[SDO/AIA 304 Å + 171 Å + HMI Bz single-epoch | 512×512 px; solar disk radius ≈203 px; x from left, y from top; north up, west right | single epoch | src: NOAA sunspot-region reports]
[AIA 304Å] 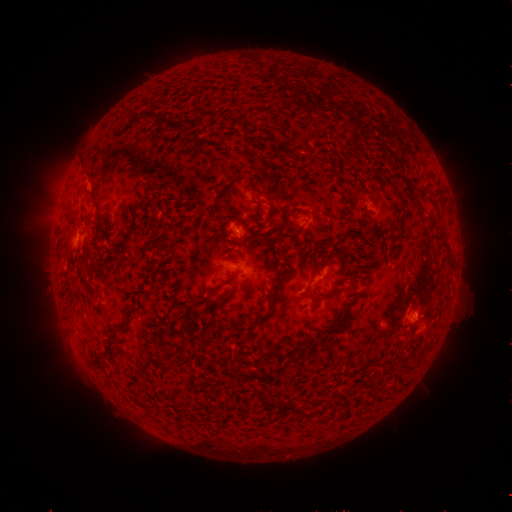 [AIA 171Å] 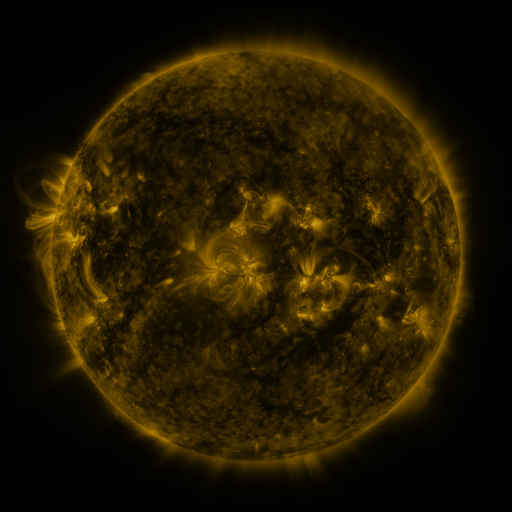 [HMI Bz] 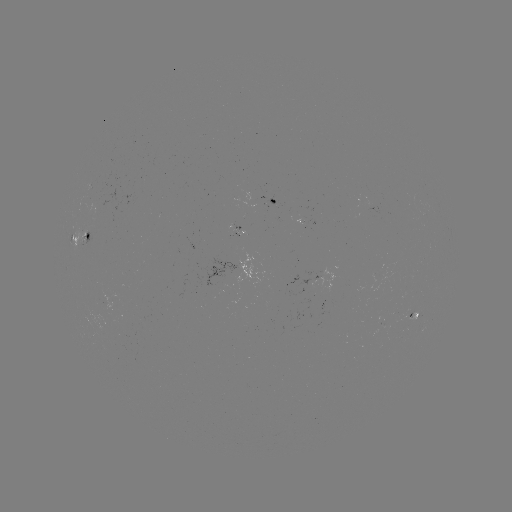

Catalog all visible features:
spotted active region: (287, 200)
spotted active region: (83, 238)
spotted active region: (331, 275)
spotted active region: (414, 311)
